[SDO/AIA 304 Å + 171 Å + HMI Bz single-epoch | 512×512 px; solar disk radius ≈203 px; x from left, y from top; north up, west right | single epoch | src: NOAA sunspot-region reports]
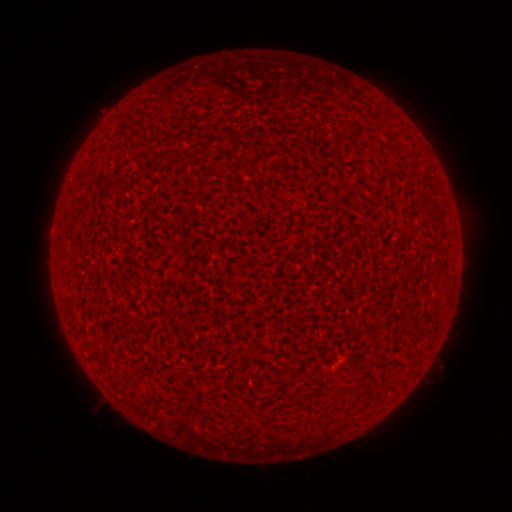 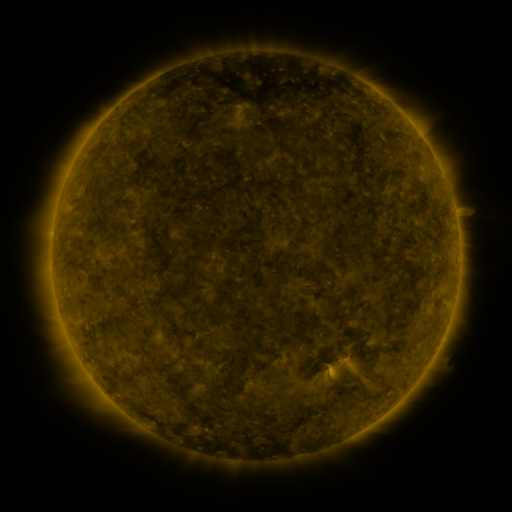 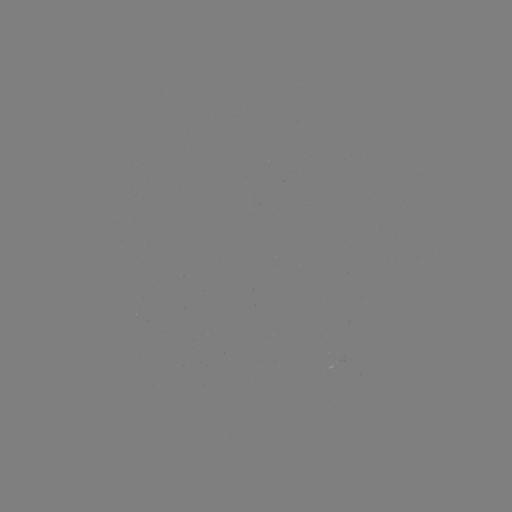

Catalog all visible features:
(none)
